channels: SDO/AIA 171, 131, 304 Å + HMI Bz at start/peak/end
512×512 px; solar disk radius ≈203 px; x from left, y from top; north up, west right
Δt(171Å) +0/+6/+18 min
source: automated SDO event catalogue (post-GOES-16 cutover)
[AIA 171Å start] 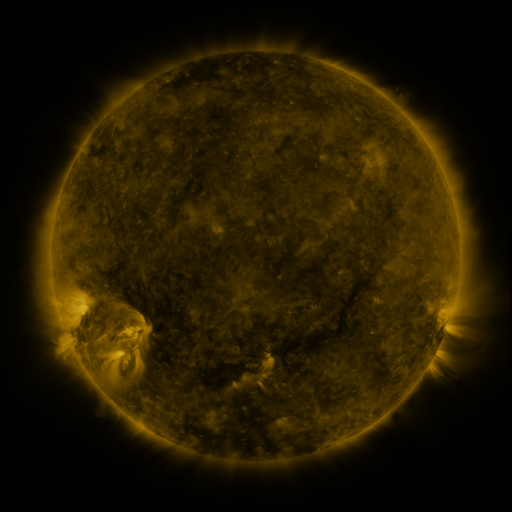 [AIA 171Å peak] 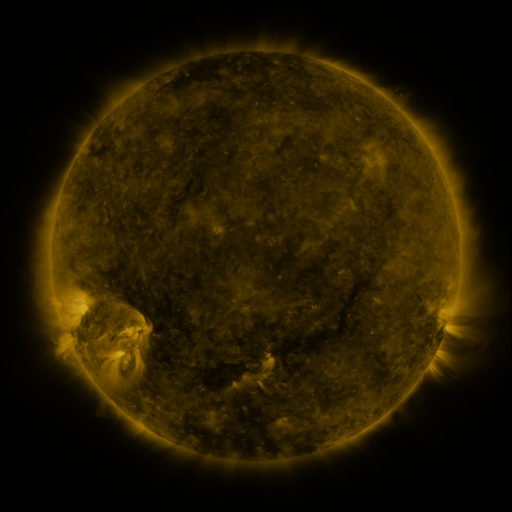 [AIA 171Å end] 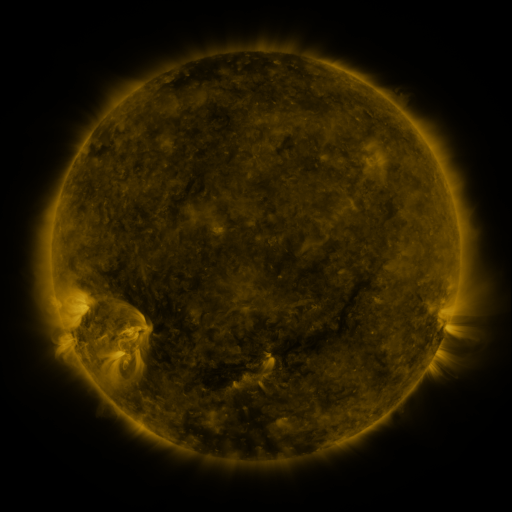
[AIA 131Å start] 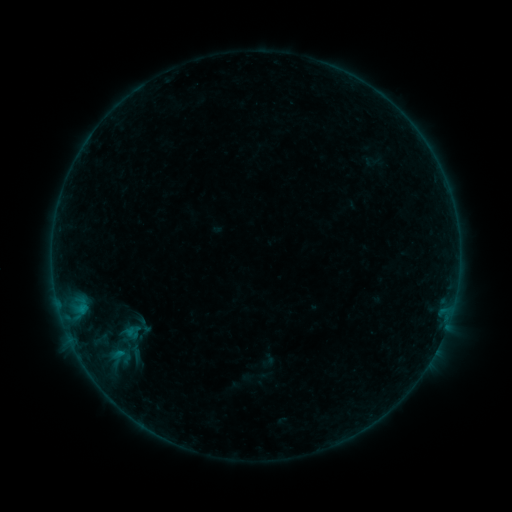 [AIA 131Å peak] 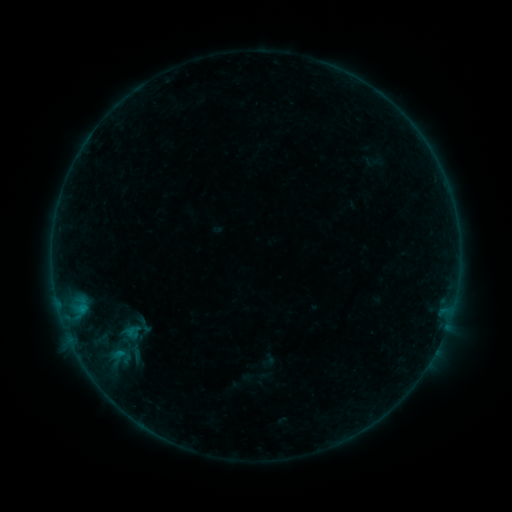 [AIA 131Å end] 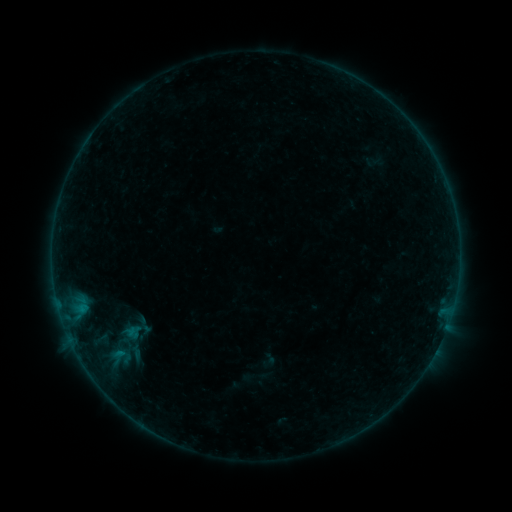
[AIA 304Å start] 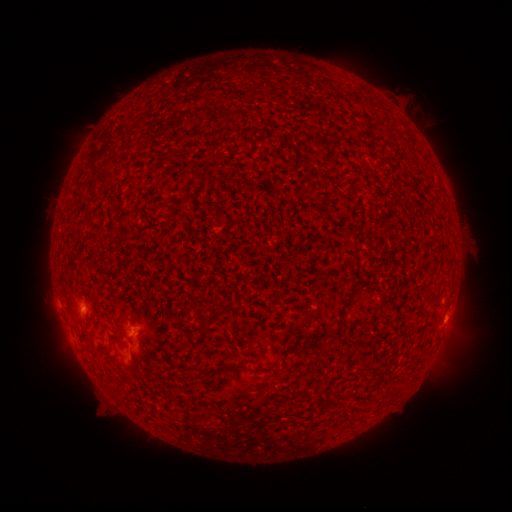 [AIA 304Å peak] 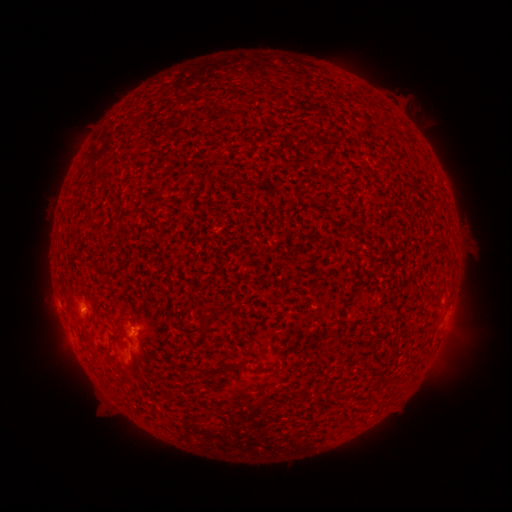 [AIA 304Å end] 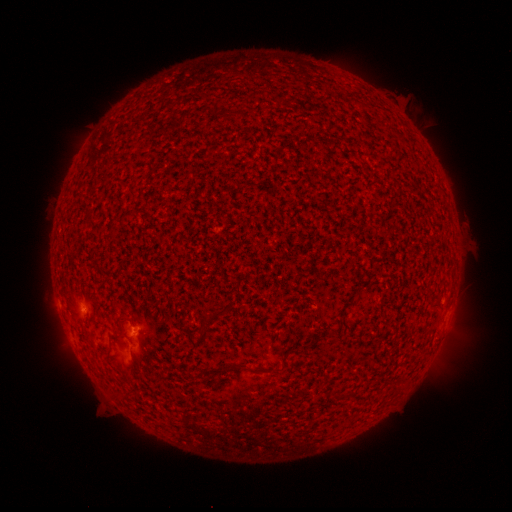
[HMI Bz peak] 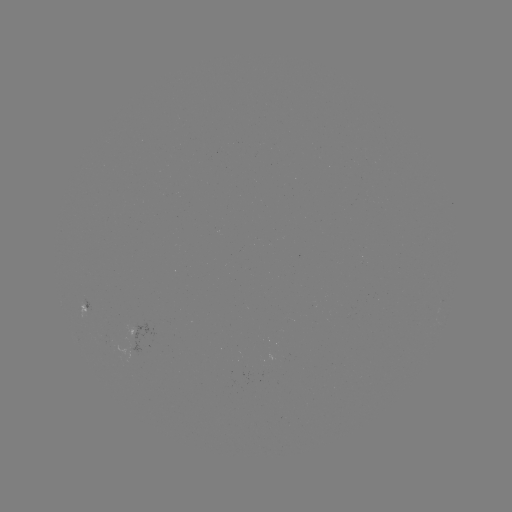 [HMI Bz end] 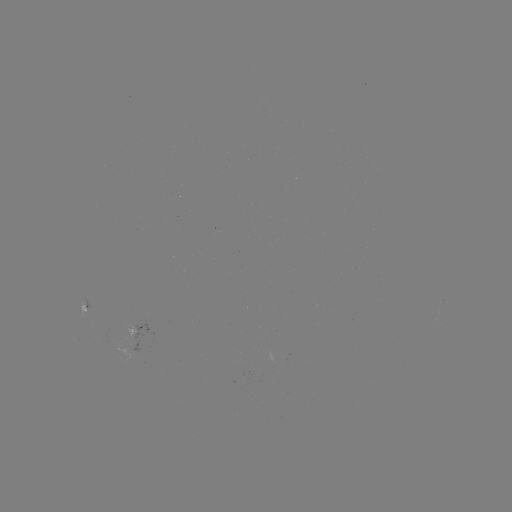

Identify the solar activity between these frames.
B1.3 flare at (133, 326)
